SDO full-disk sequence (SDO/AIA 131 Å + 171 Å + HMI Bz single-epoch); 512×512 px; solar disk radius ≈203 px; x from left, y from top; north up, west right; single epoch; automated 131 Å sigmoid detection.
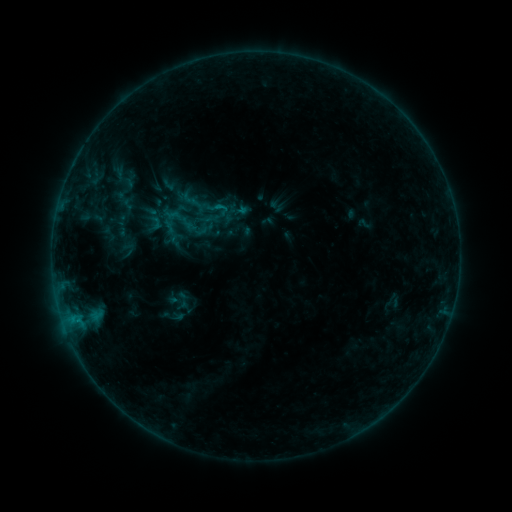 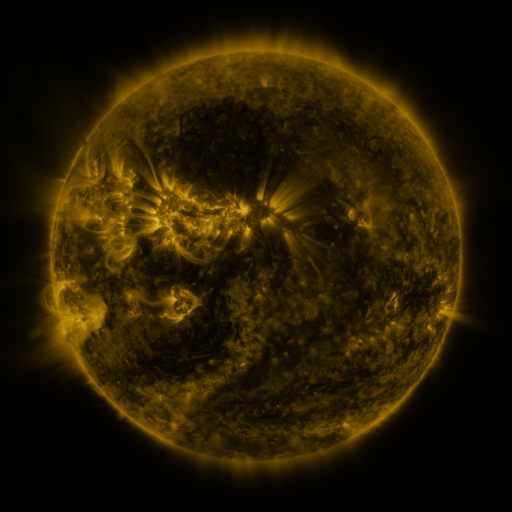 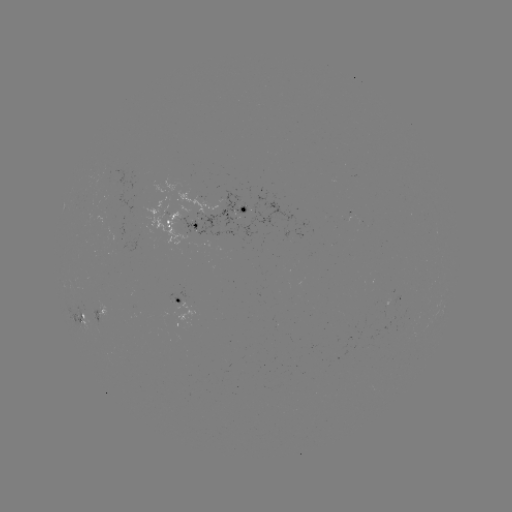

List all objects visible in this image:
sigmoid: (218, 209)
sigmoid: (173, 215)
